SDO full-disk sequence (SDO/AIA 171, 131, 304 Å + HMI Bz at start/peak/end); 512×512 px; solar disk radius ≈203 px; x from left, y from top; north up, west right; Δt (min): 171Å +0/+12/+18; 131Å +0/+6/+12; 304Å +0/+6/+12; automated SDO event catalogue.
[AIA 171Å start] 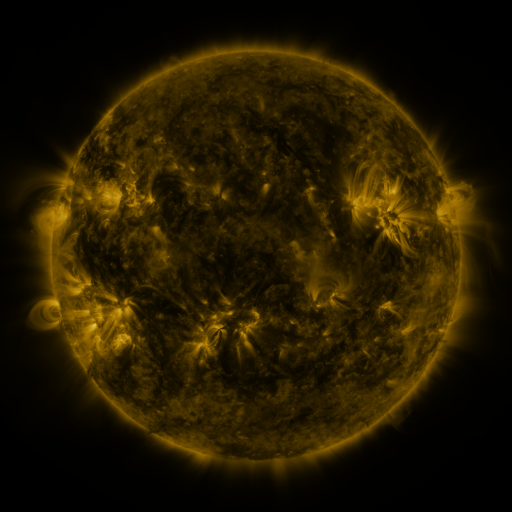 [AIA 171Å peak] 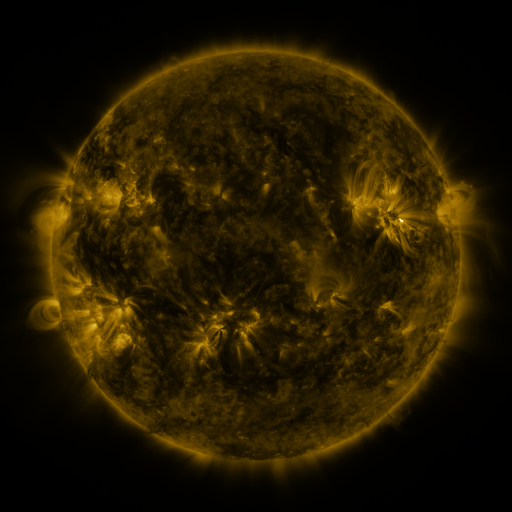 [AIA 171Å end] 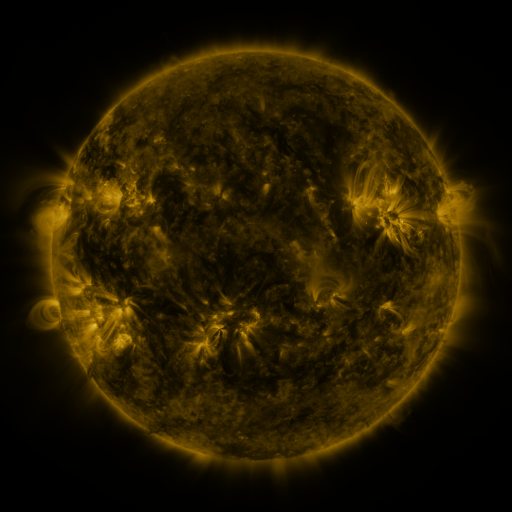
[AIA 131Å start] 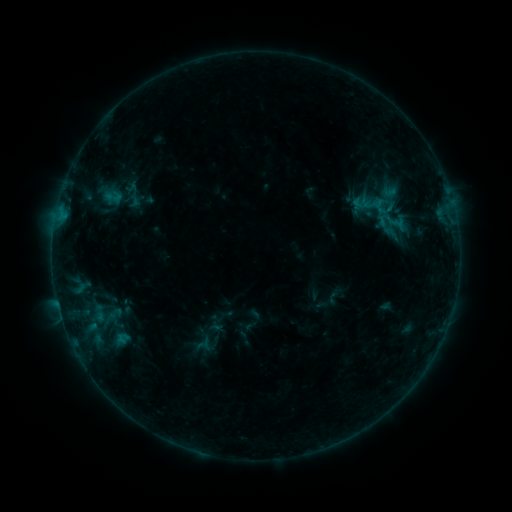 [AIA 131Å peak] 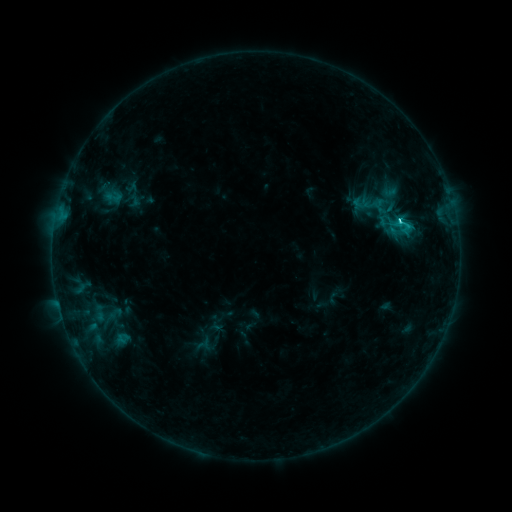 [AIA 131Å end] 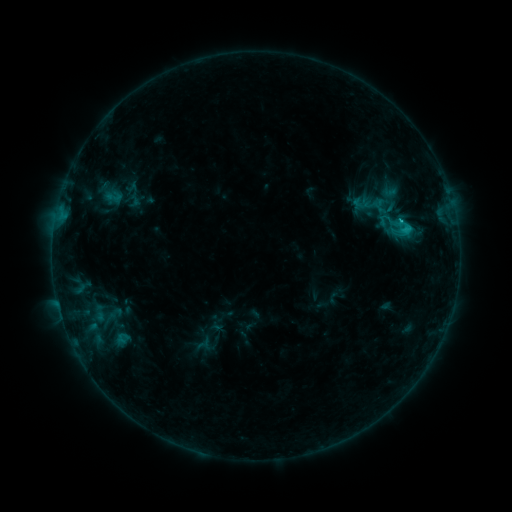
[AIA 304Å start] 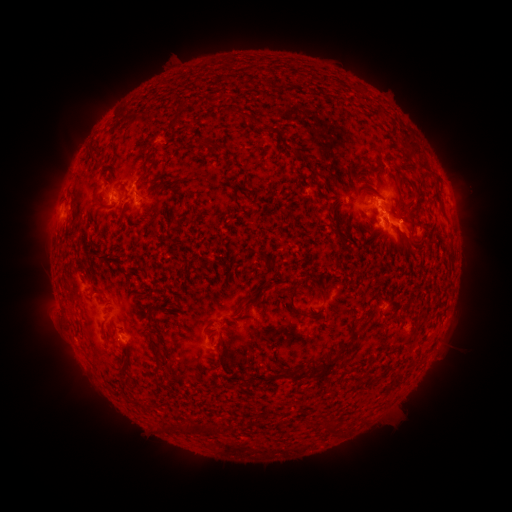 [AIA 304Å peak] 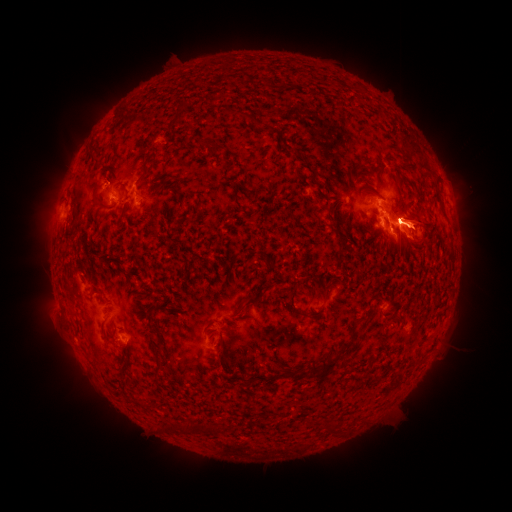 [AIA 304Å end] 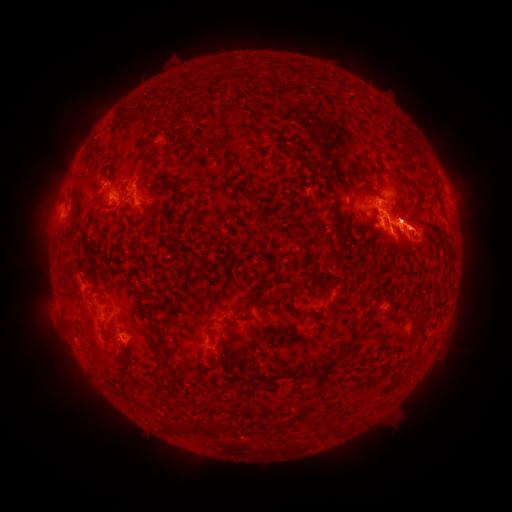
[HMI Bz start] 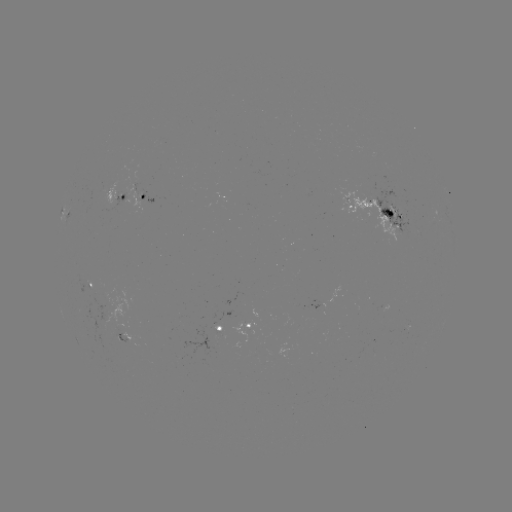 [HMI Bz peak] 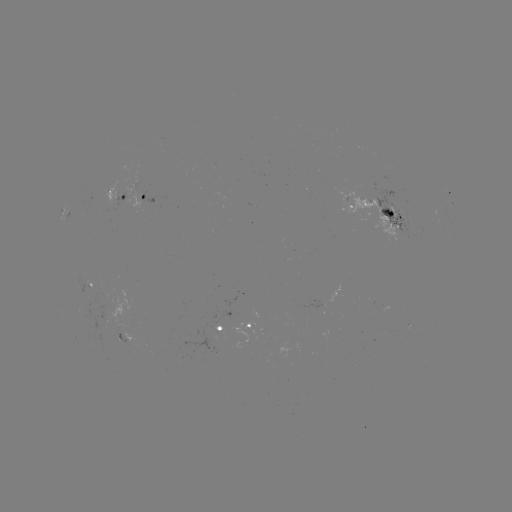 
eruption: <bbox>334, 117, 482, 297</bbox>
